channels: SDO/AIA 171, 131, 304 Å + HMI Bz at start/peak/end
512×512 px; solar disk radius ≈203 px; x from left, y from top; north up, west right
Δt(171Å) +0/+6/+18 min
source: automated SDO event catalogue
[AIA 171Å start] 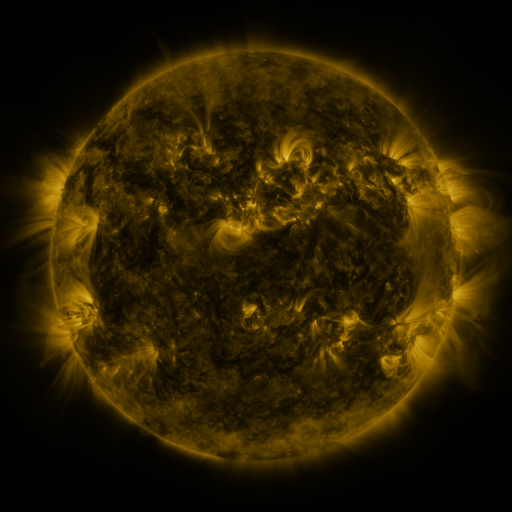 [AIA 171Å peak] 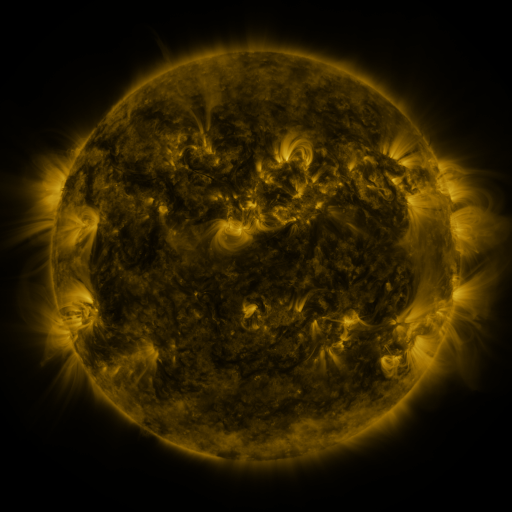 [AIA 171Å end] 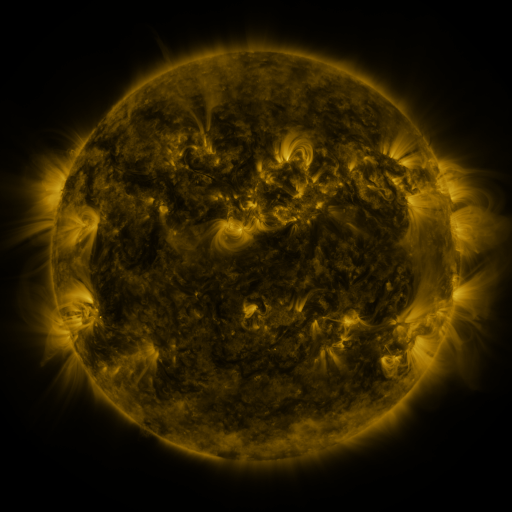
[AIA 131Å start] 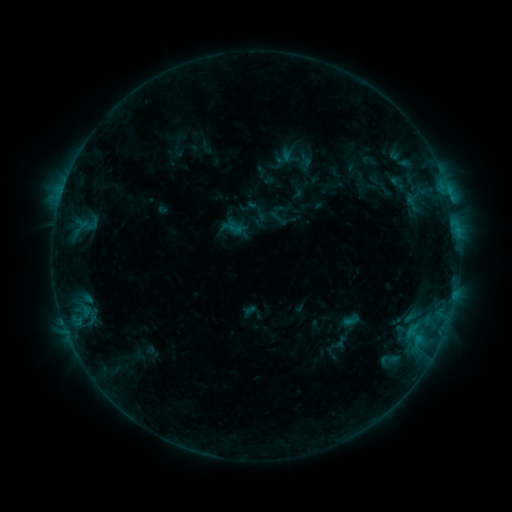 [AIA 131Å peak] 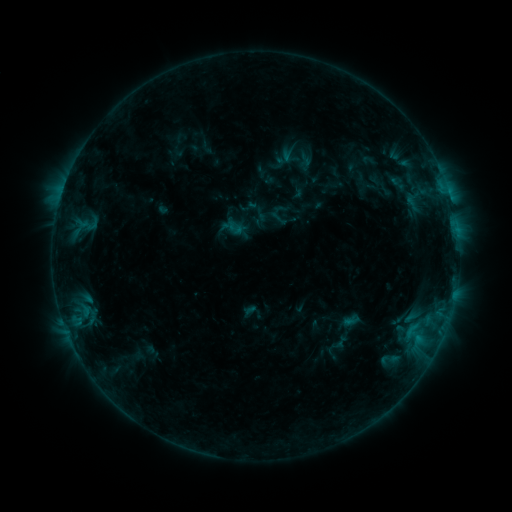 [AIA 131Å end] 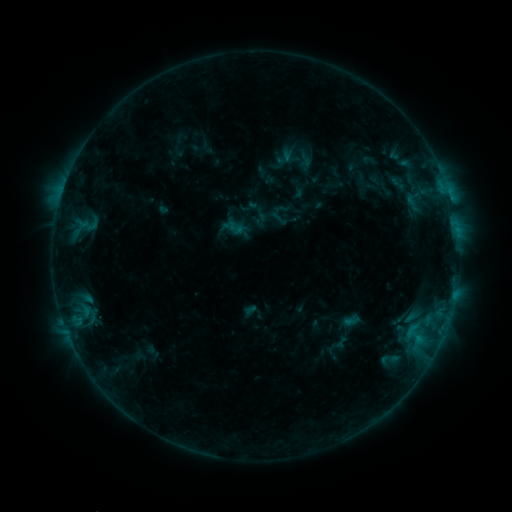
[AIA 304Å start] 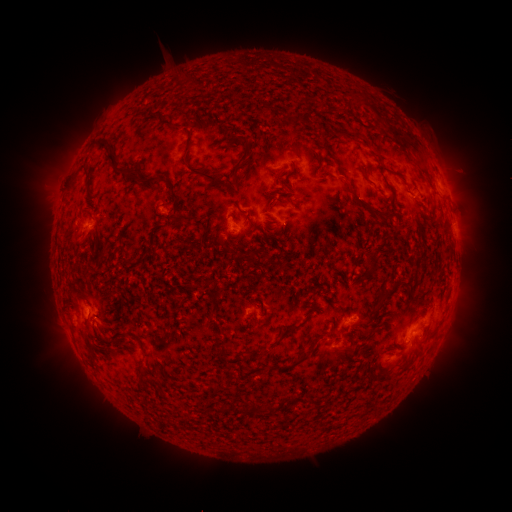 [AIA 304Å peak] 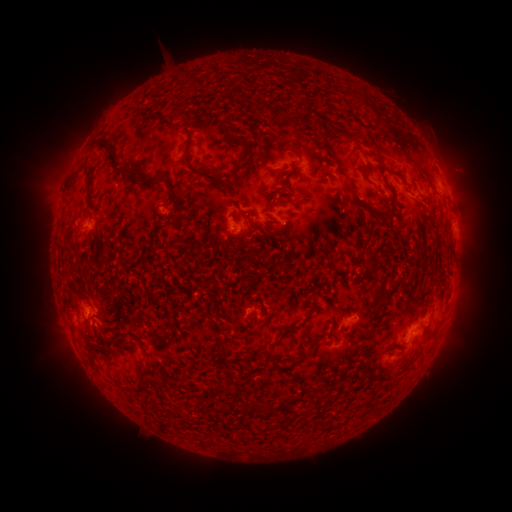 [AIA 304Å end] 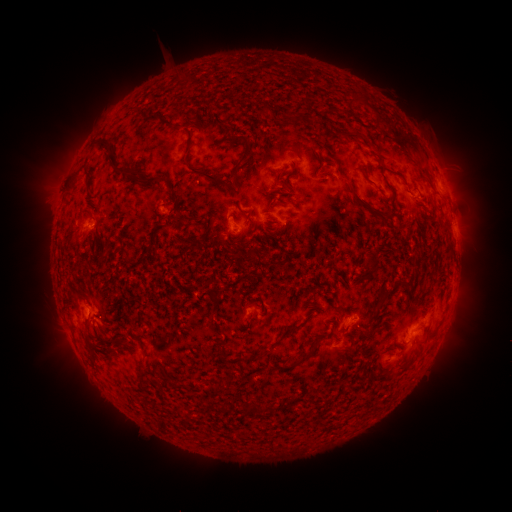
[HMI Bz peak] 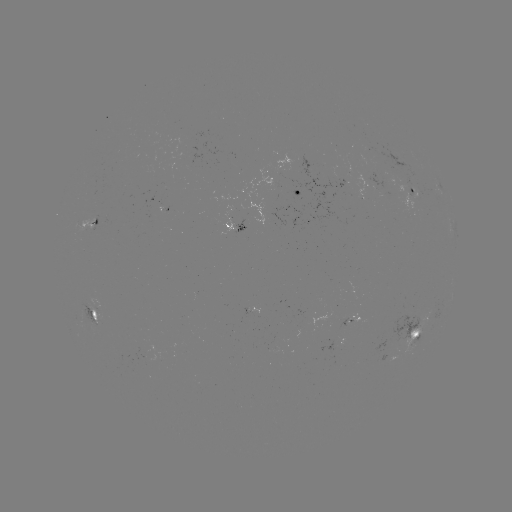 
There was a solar eruption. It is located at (447, 334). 